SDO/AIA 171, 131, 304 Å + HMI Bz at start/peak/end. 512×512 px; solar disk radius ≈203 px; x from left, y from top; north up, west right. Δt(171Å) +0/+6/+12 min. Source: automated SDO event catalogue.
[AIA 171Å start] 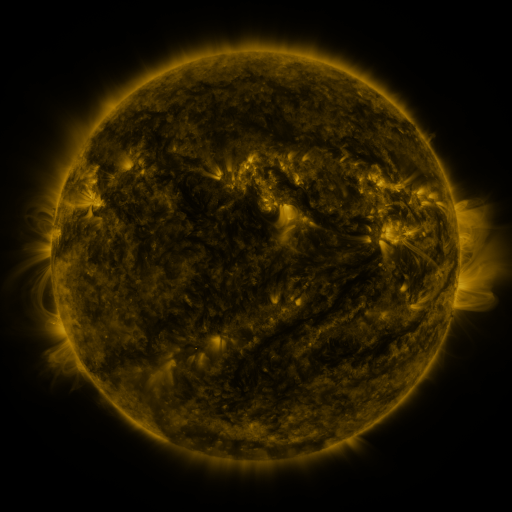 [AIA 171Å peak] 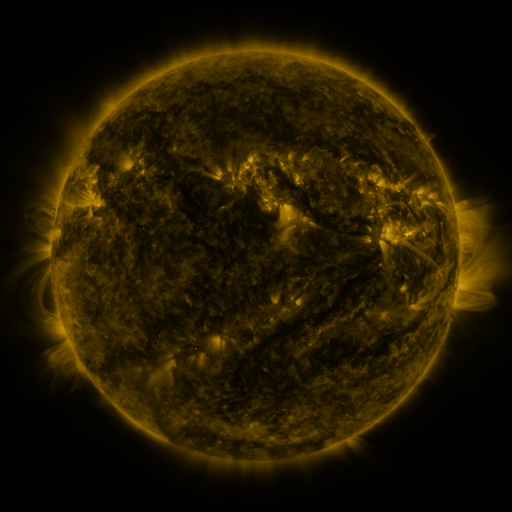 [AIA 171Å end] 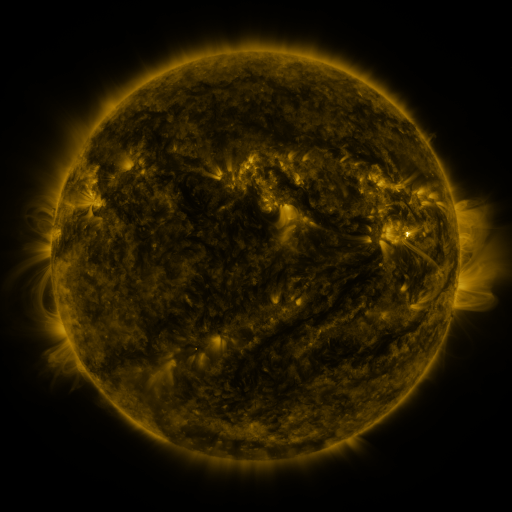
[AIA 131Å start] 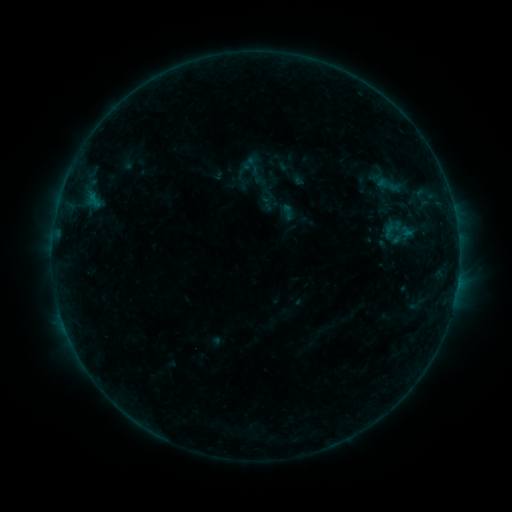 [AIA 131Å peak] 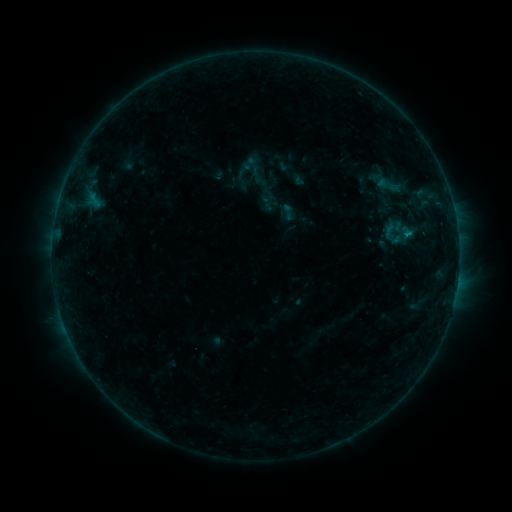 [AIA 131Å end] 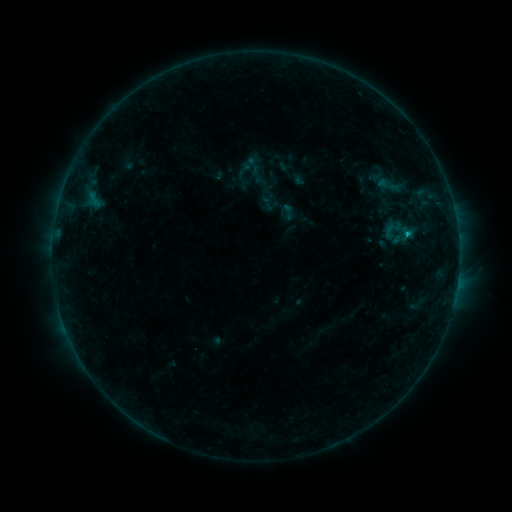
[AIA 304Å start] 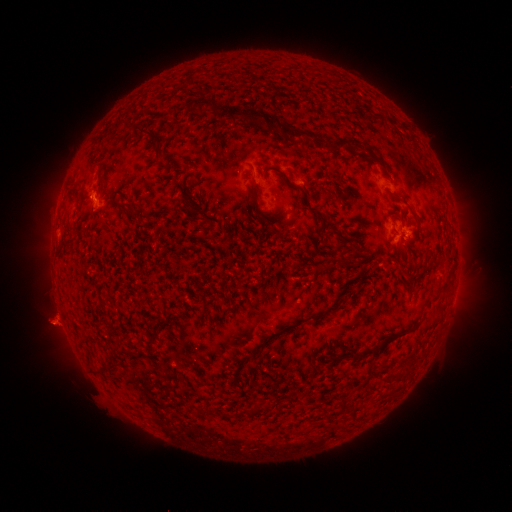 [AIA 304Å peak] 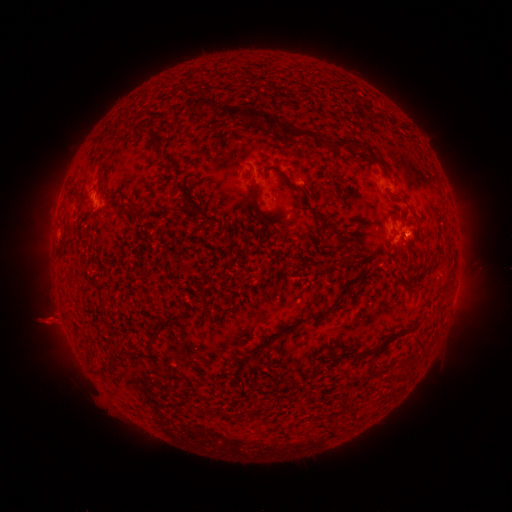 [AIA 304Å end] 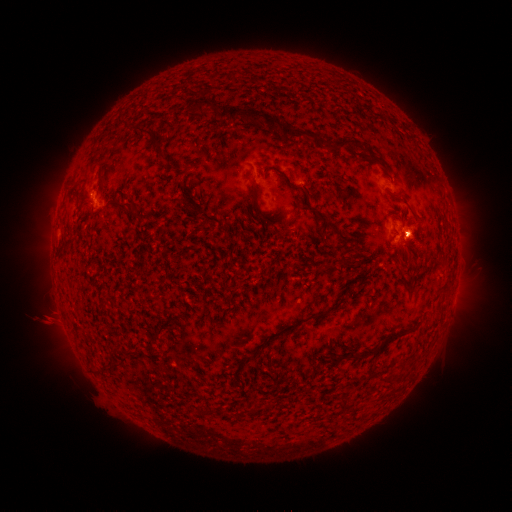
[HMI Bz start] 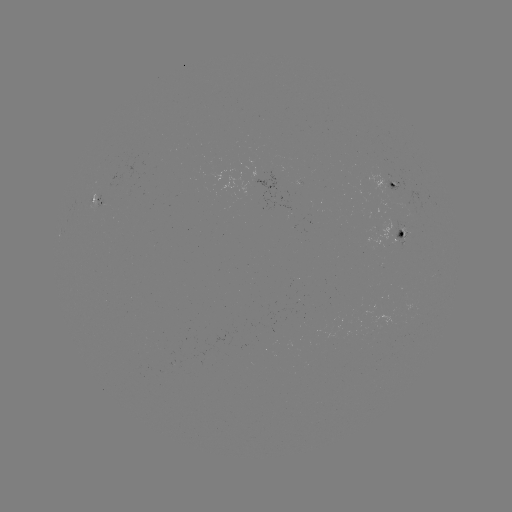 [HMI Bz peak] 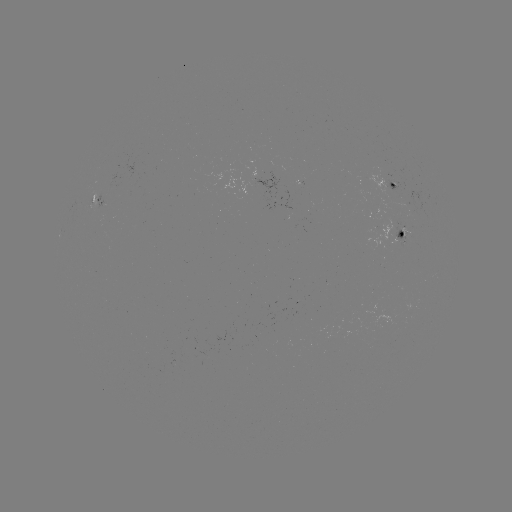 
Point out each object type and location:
B3.2 flare: (407, 238)
